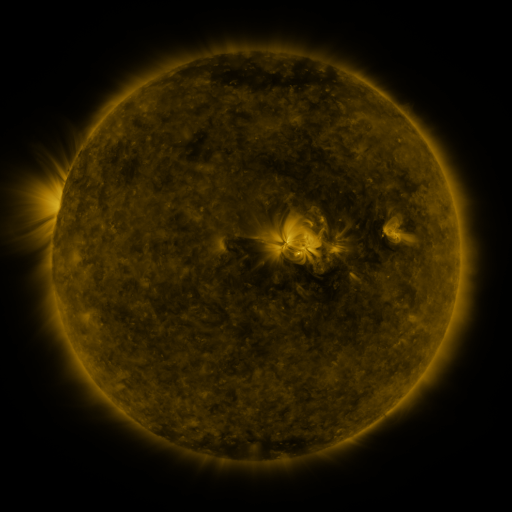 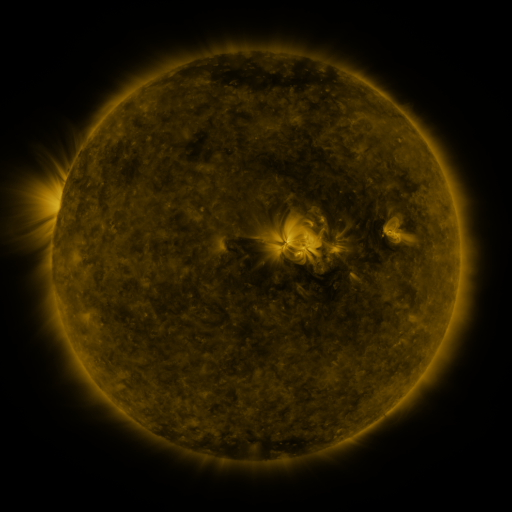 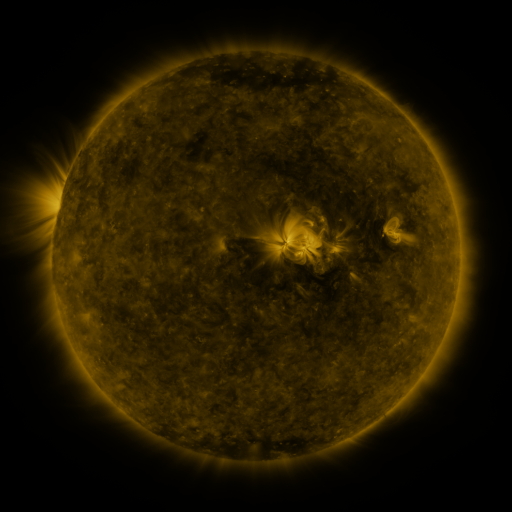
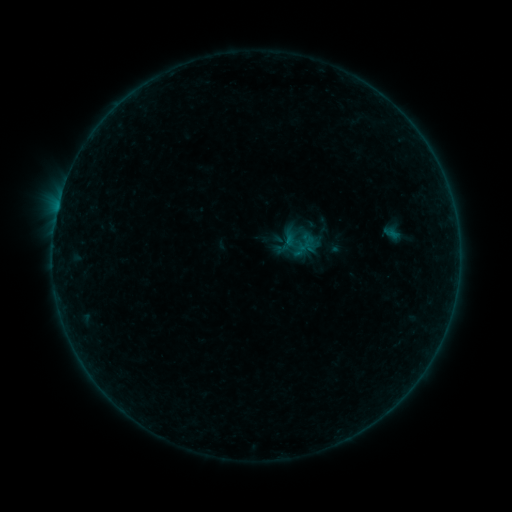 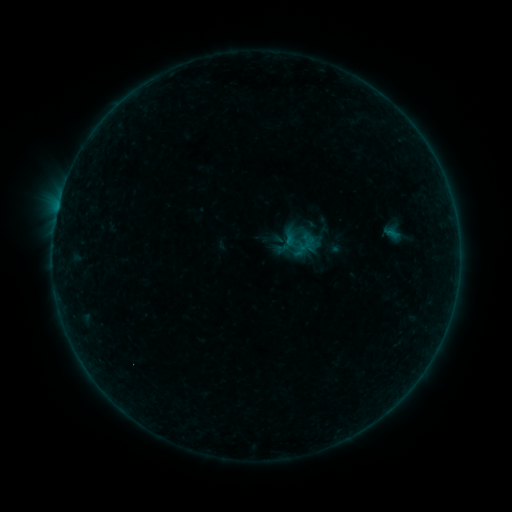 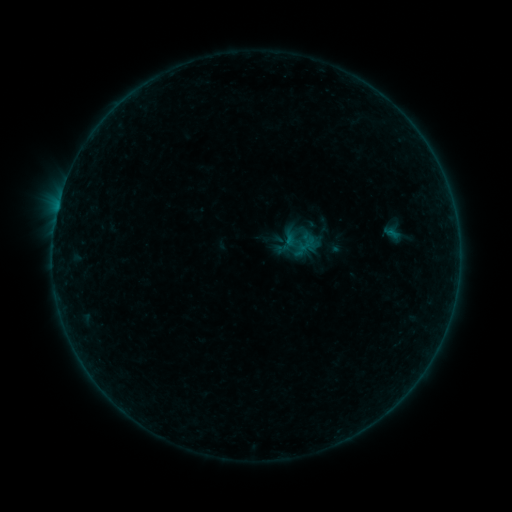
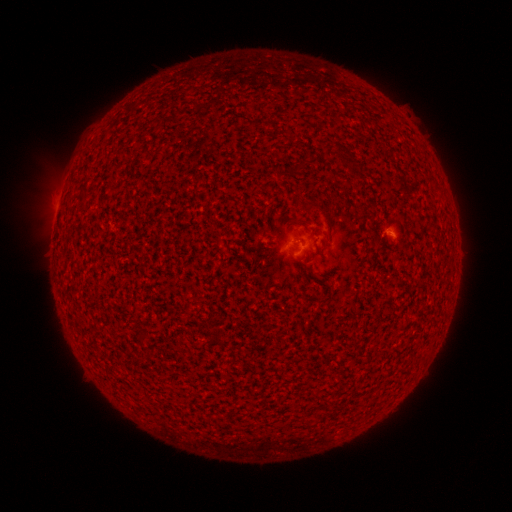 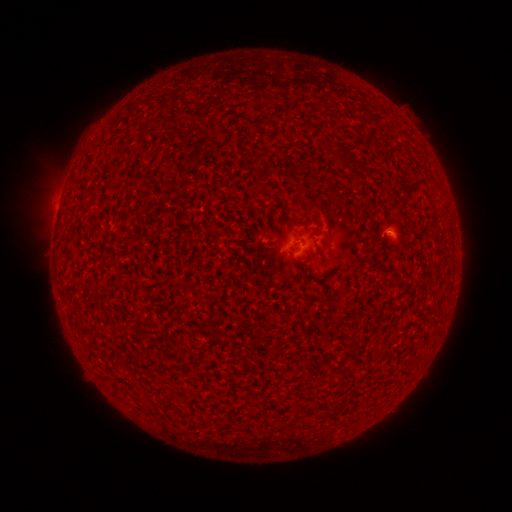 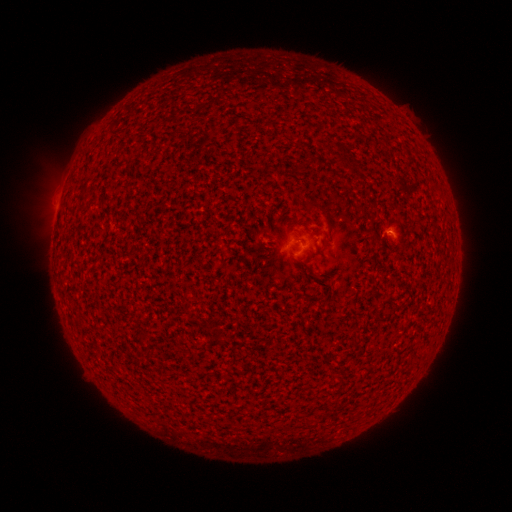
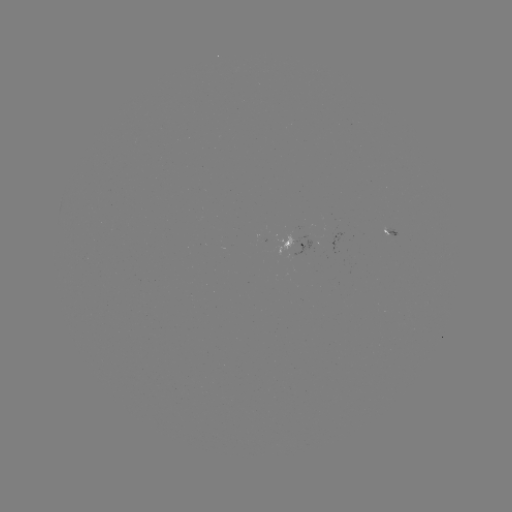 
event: flare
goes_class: B1.0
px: (388, 235)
